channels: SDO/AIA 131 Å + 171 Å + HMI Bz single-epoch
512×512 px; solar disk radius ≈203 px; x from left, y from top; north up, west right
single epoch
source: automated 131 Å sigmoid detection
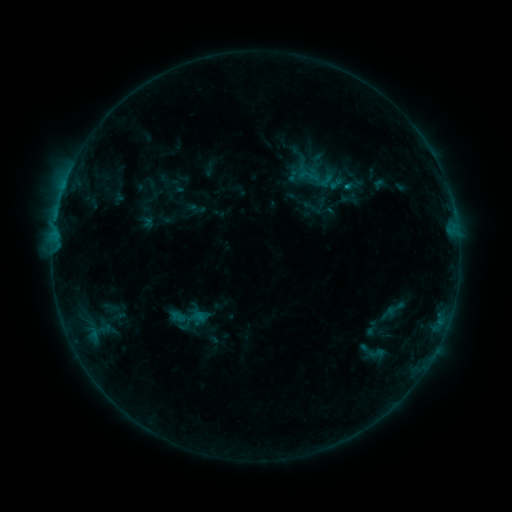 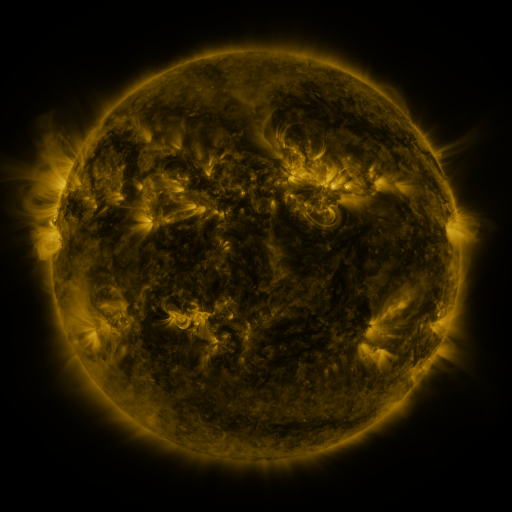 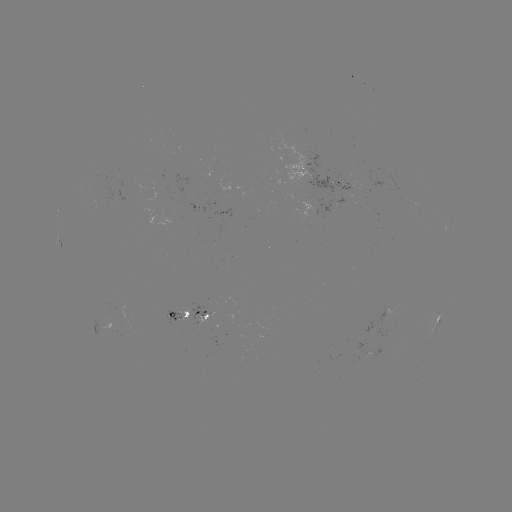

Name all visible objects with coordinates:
sigmoid: (310, 176)
sigmoid: (394, 310)
sigmoid: (374, 353)
